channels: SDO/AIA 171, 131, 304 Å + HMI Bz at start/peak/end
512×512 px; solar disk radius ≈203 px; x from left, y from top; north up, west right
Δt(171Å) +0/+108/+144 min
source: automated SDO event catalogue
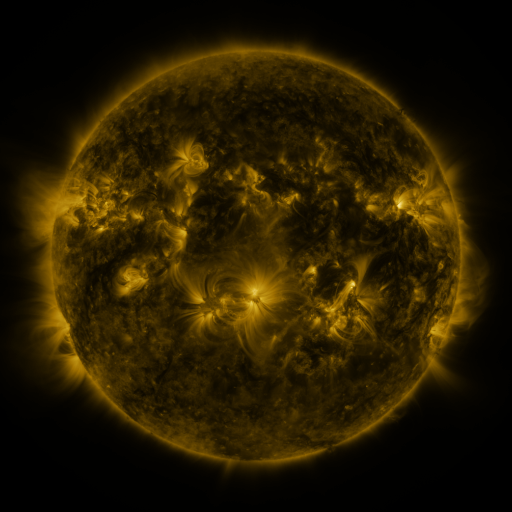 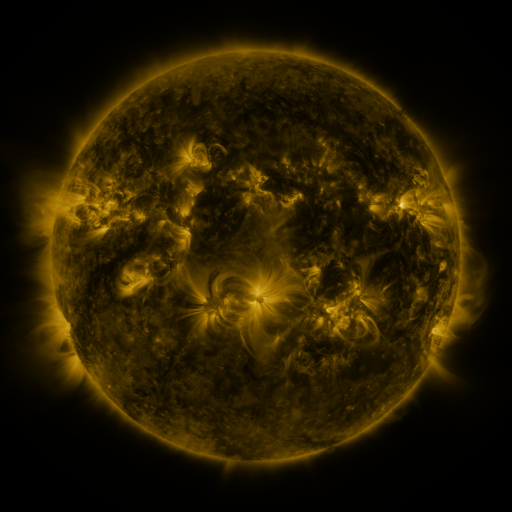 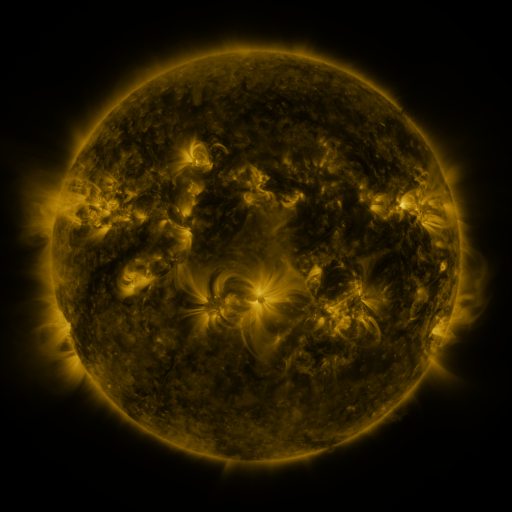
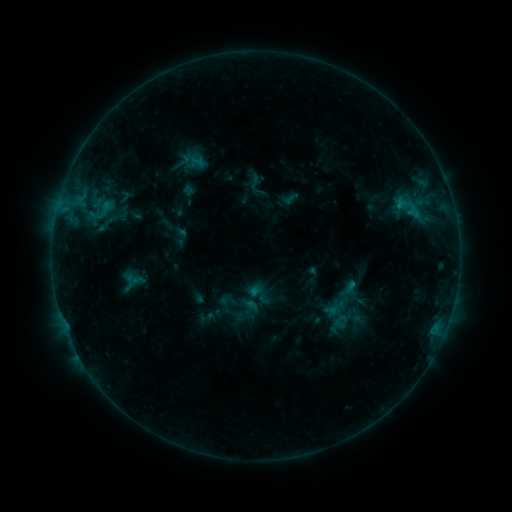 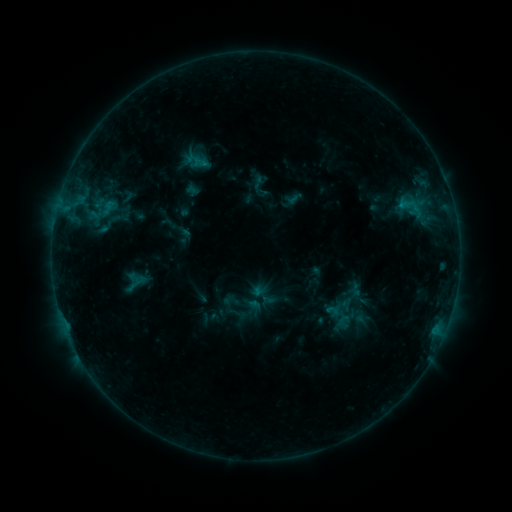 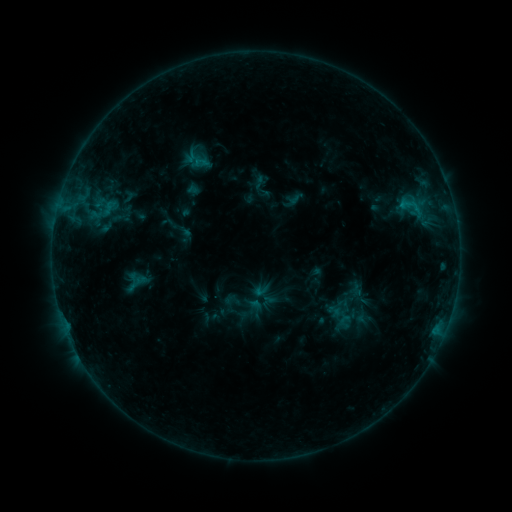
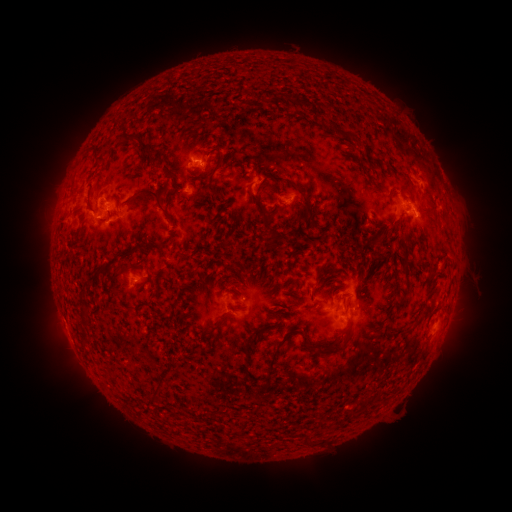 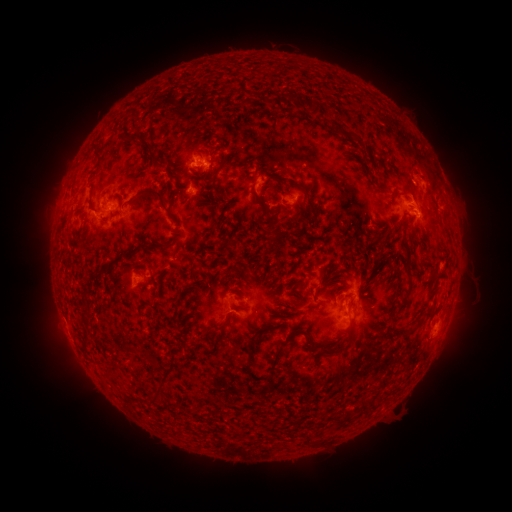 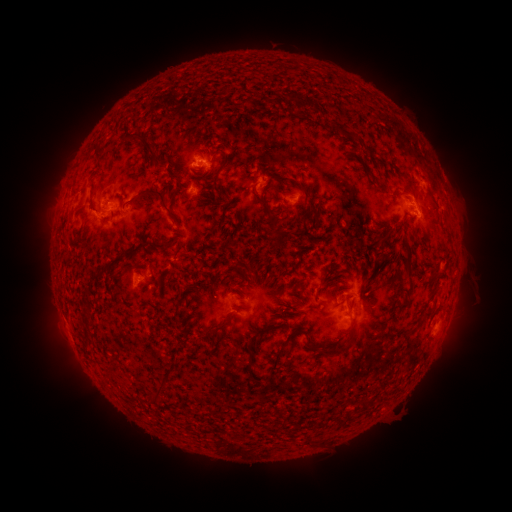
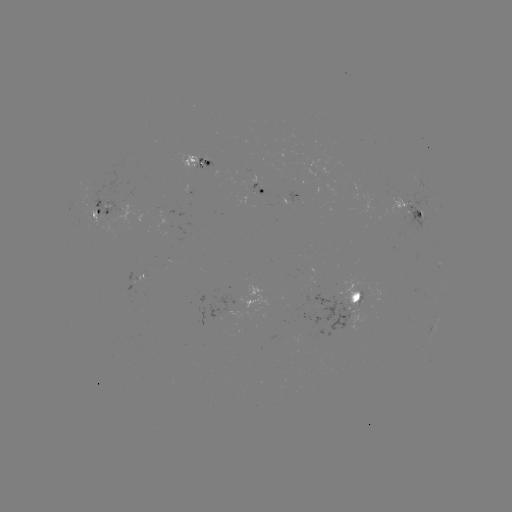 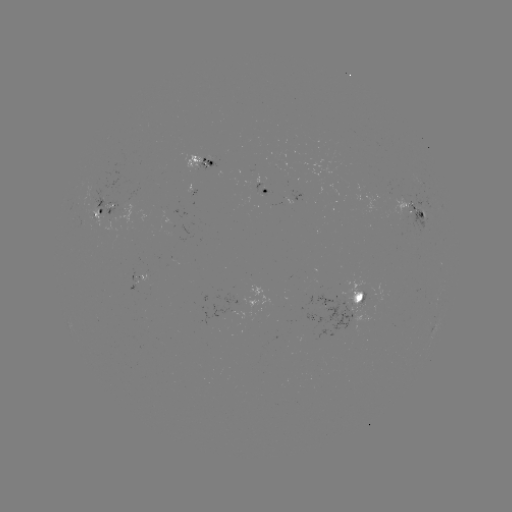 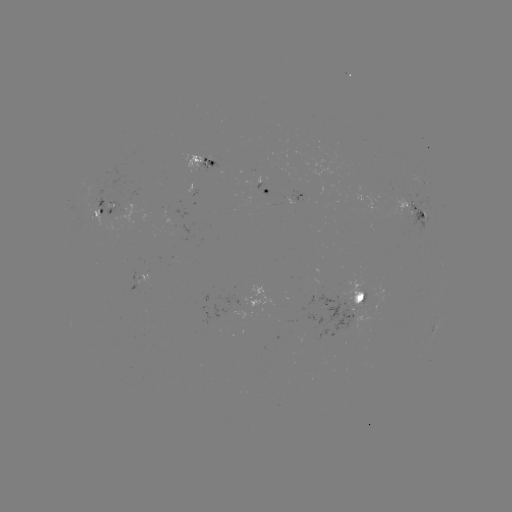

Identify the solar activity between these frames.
emerging-flux region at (342, 311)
